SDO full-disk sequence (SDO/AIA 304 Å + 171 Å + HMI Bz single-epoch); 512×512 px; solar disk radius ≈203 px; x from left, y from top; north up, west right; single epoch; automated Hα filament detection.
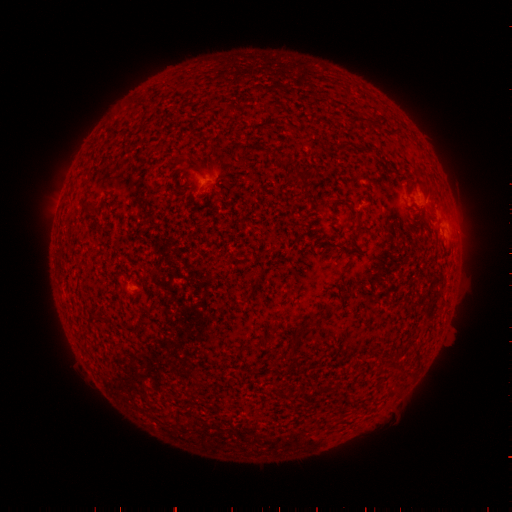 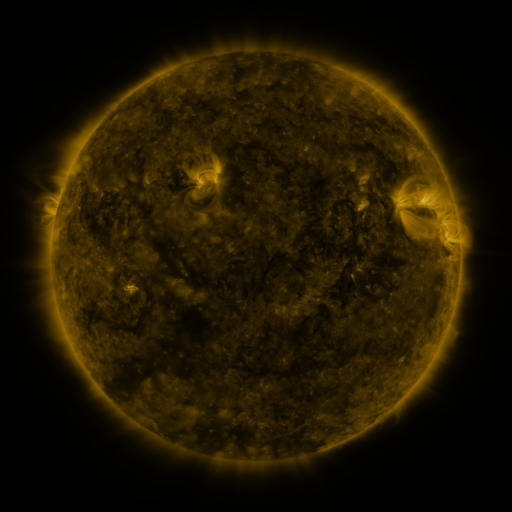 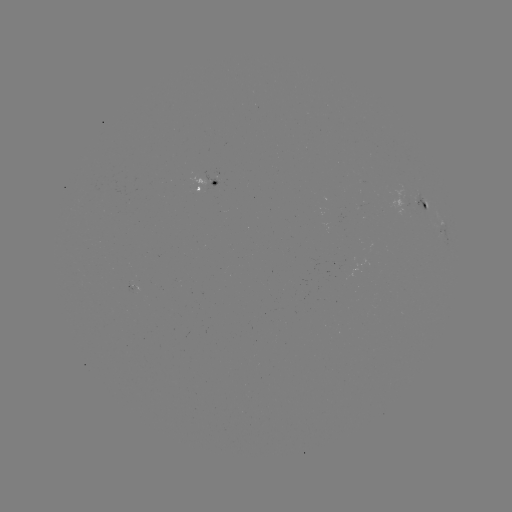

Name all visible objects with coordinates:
filament: (355, 123)
filament: (297, 179)
filament: (91, 204)
filament: (425, 209)
filament: (359, 224)
filament: (258, 279)
filament: (252, 292)
filament: (228, 293)
filament: (332, 308)
filament: (320, 391)
